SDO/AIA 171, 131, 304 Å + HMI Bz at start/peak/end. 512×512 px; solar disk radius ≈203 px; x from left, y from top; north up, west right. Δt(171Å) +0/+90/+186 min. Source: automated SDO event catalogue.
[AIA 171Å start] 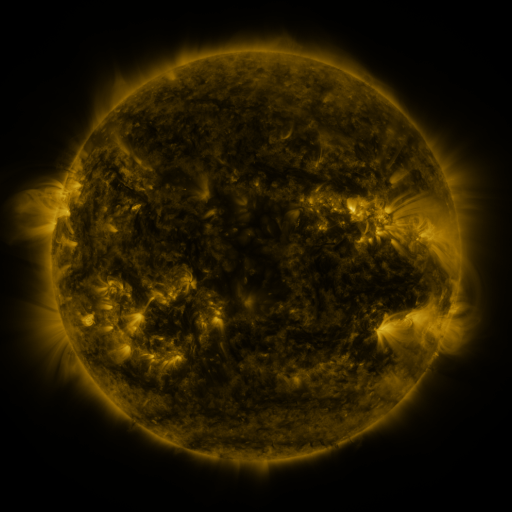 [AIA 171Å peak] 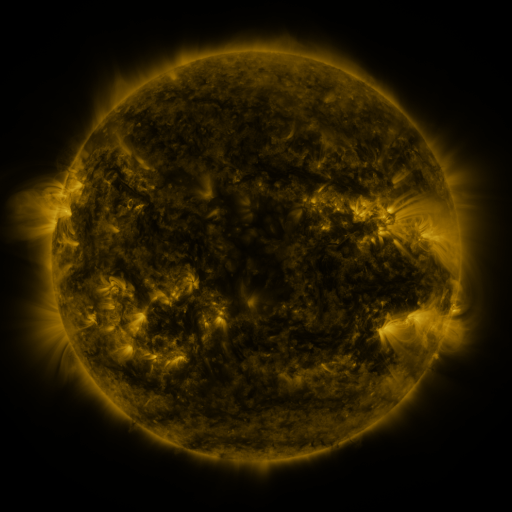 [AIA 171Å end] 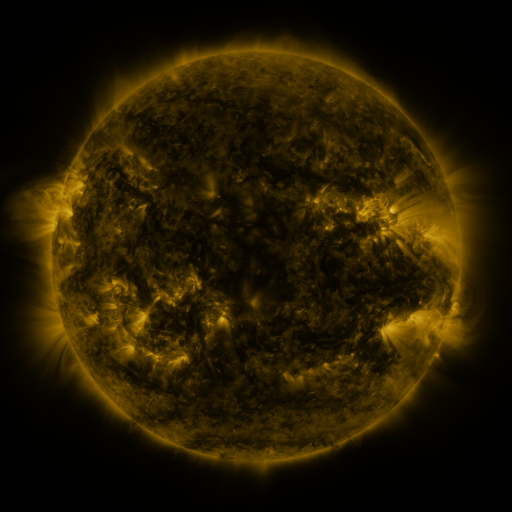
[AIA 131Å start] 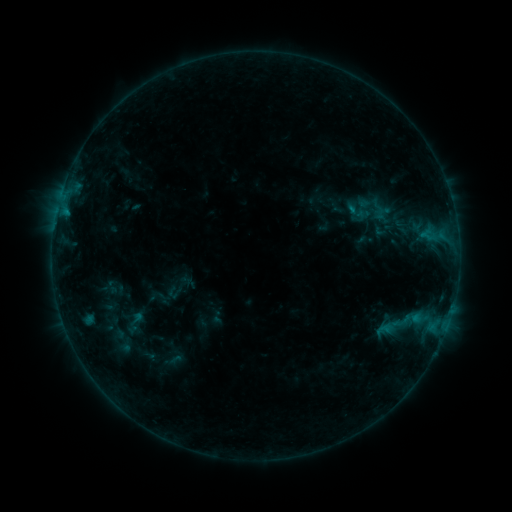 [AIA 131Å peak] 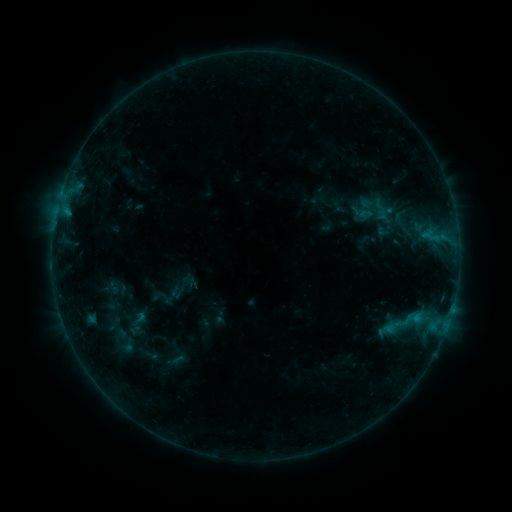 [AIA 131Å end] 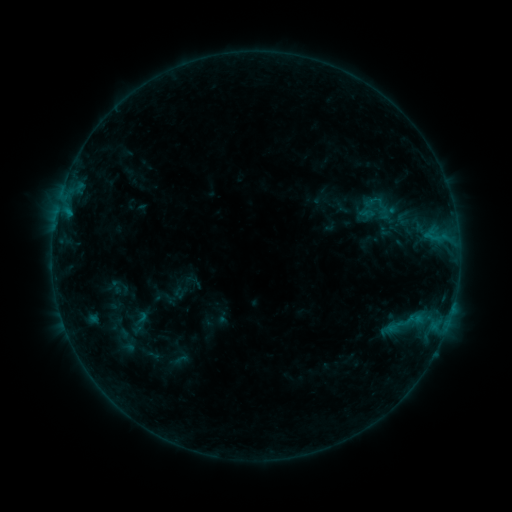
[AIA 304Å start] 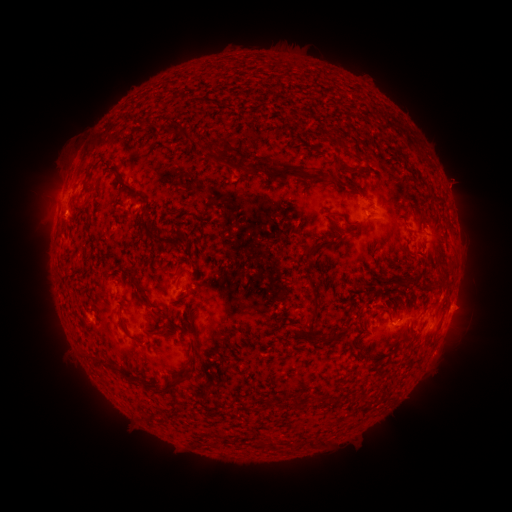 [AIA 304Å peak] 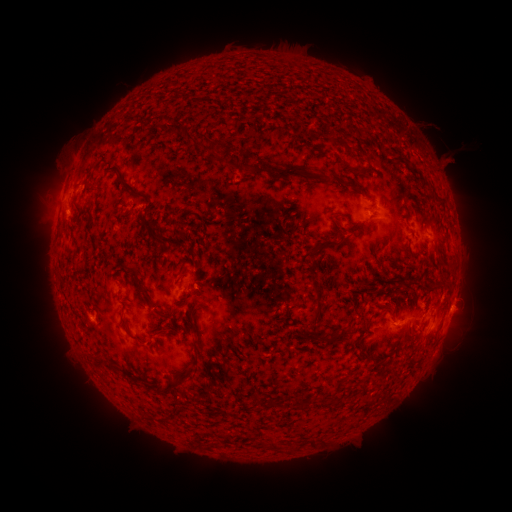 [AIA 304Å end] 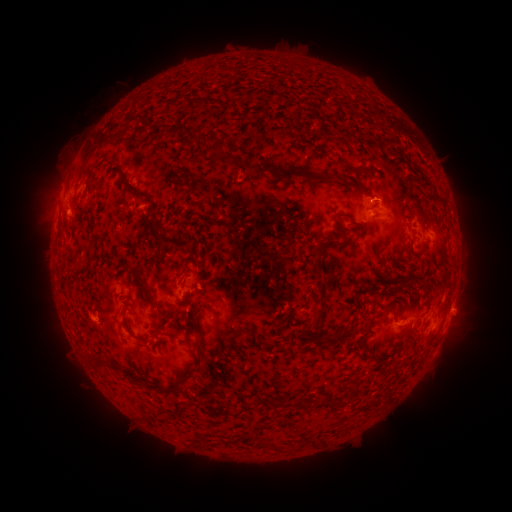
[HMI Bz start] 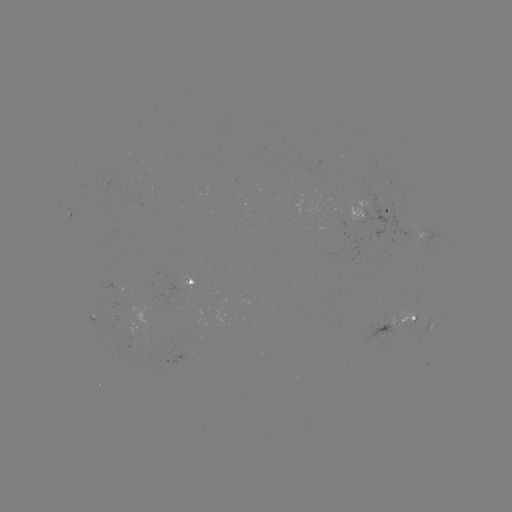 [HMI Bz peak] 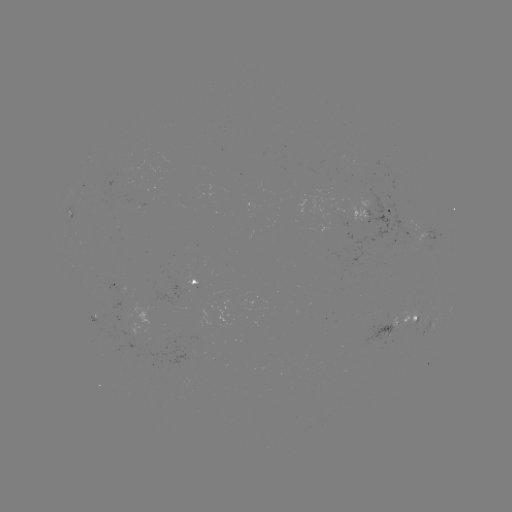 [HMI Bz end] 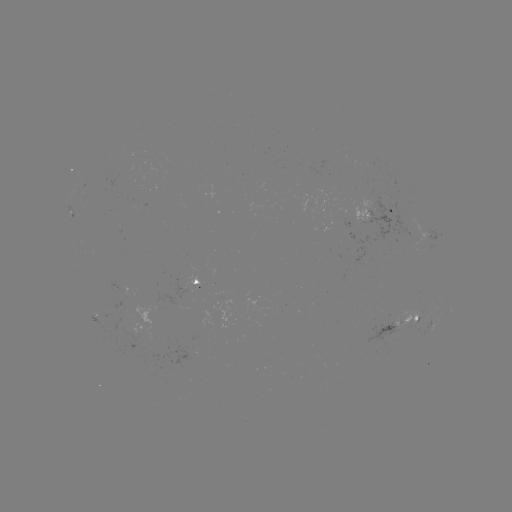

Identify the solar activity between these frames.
filament eruption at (430, 140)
